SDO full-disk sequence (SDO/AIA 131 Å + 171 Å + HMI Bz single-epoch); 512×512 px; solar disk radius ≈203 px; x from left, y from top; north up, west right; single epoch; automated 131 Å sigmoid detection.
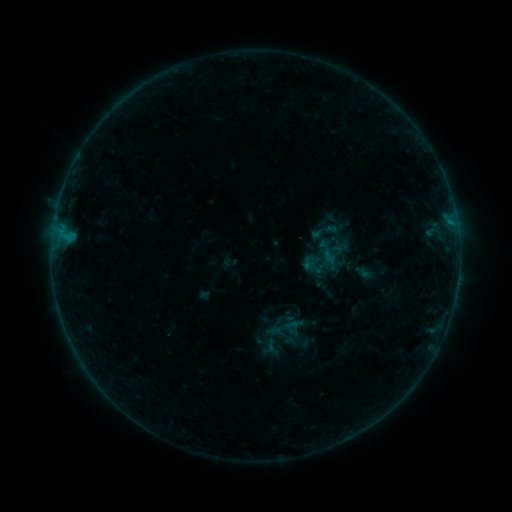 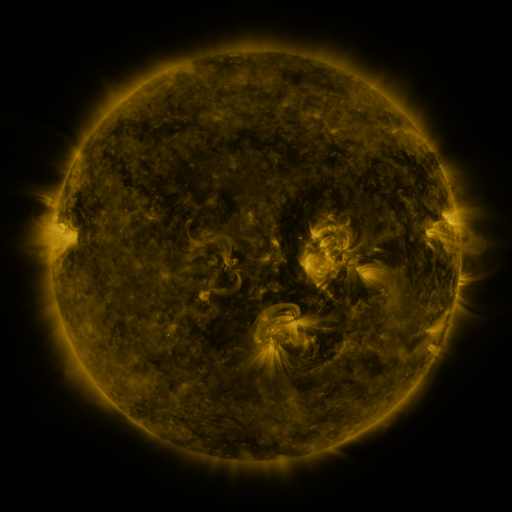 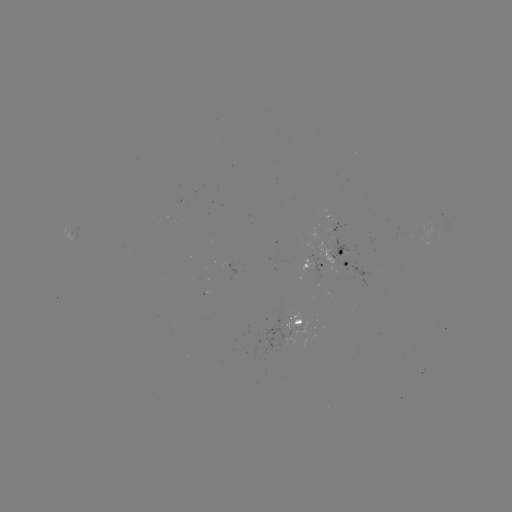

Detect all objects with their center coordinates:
sigmoid: <bbox>262, 337, 281, 356</bbox>
